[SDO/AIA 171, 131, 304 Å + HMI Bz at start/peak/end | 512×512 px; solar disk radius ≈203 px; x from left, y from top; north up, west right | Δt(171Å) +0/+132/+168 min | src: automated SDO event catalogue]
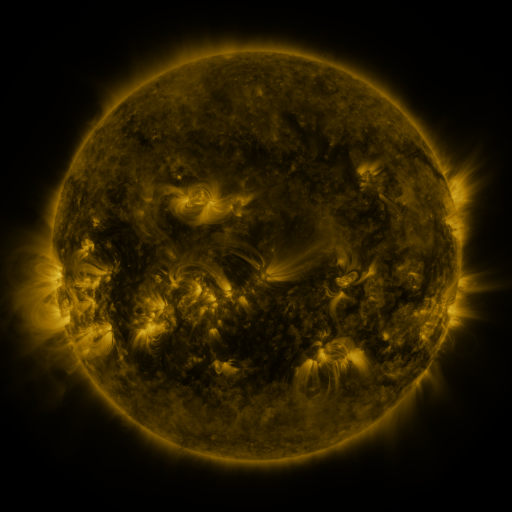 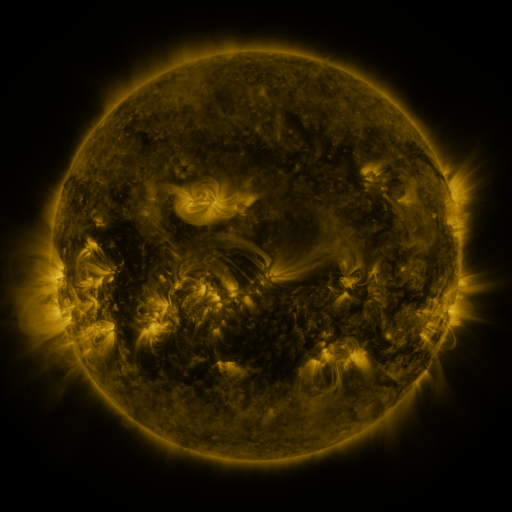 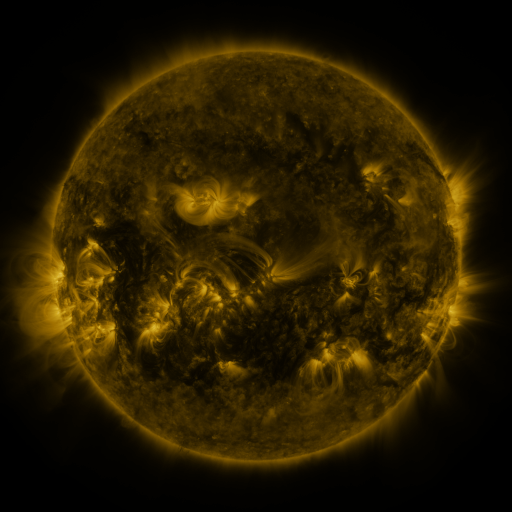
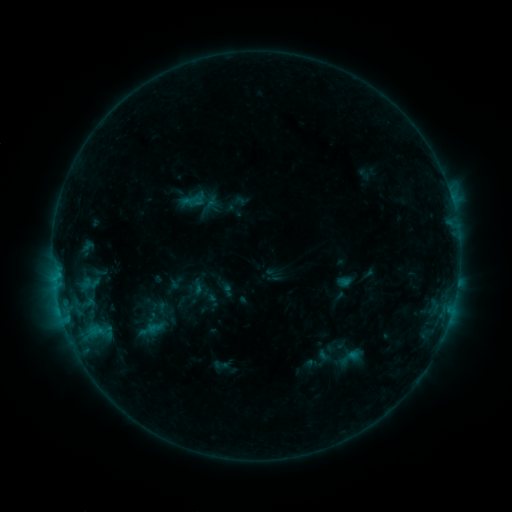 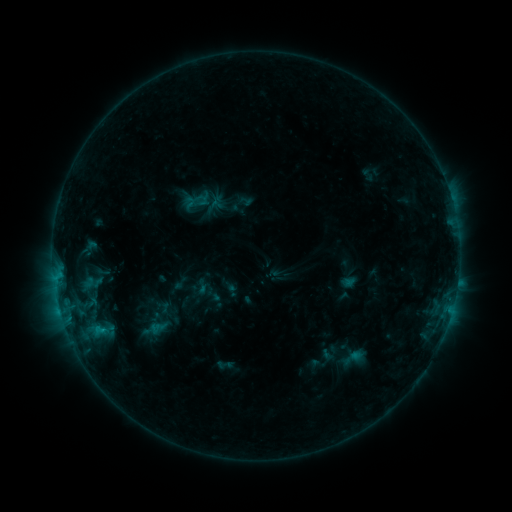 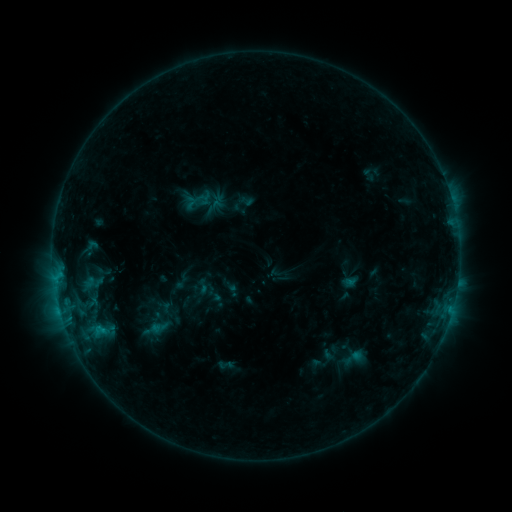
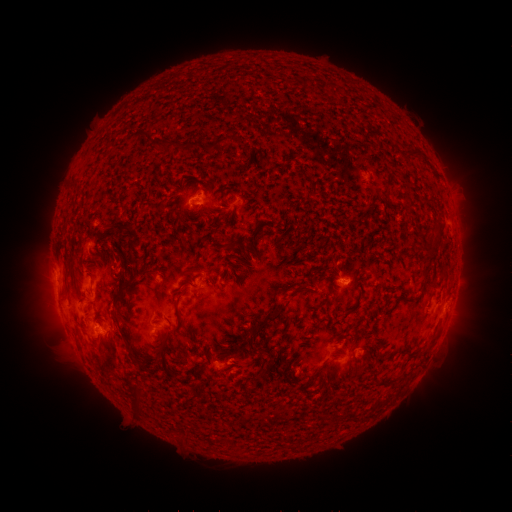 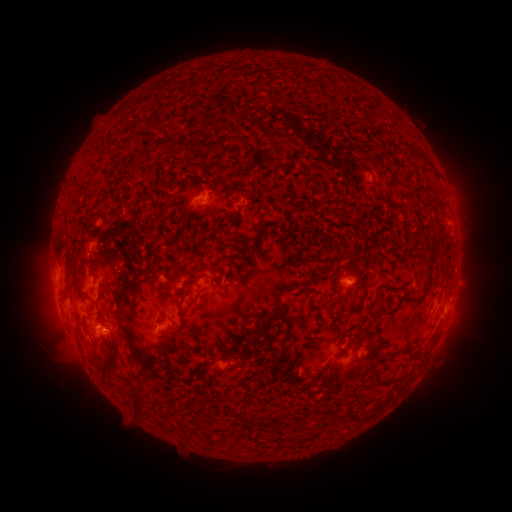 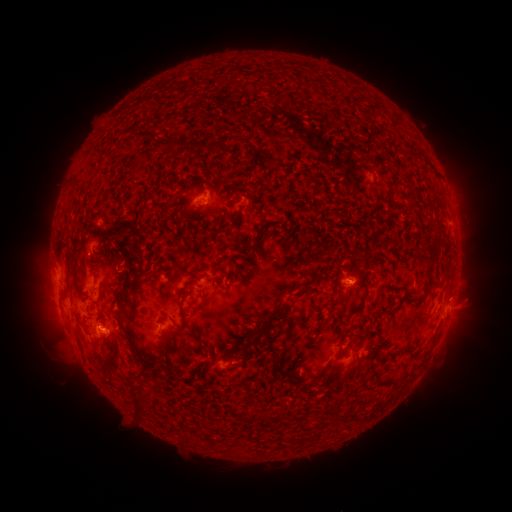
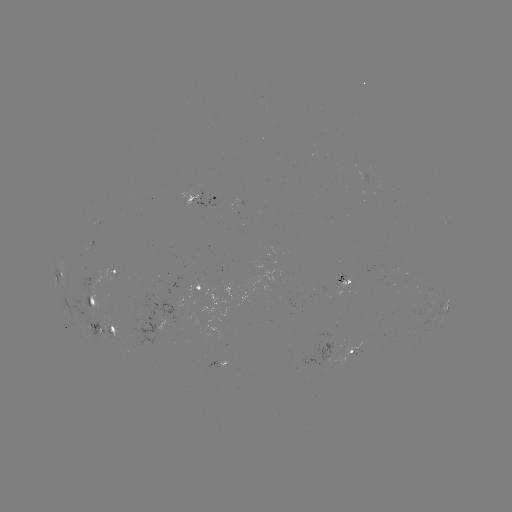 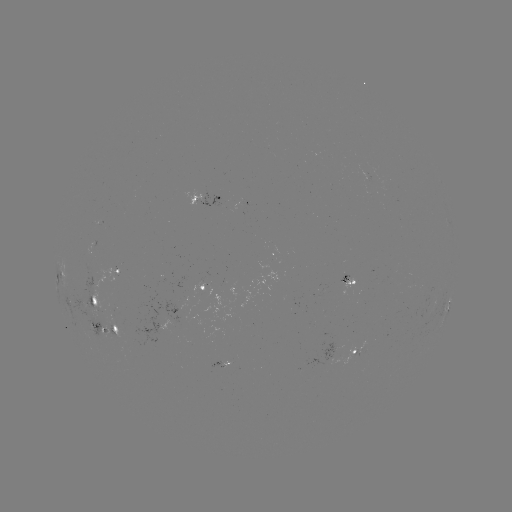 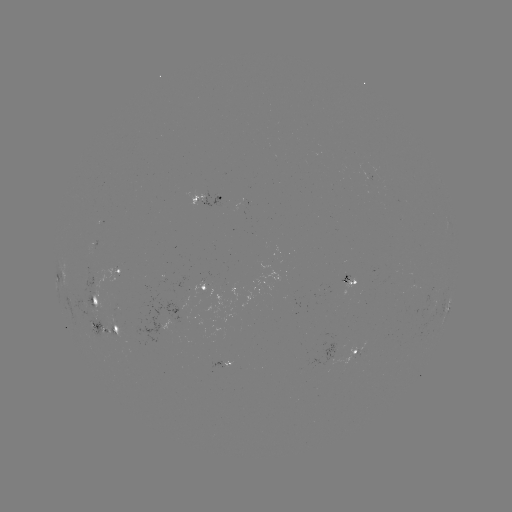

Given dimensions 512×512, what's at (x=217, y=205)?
emerging-flux region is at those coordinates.